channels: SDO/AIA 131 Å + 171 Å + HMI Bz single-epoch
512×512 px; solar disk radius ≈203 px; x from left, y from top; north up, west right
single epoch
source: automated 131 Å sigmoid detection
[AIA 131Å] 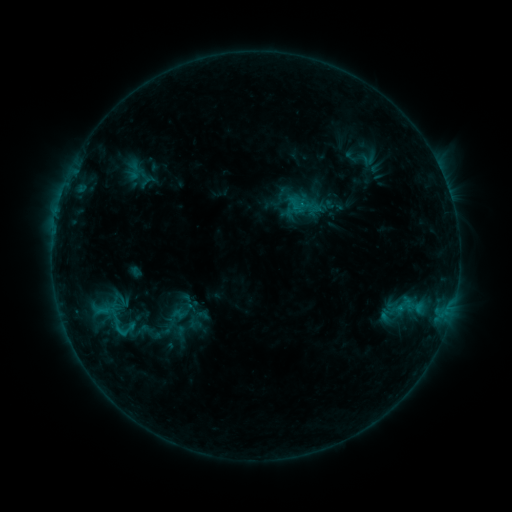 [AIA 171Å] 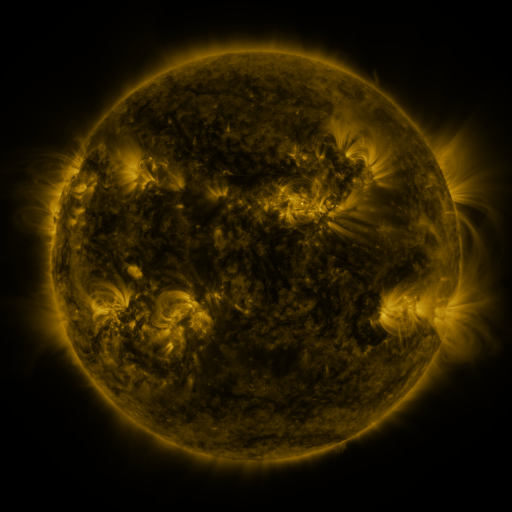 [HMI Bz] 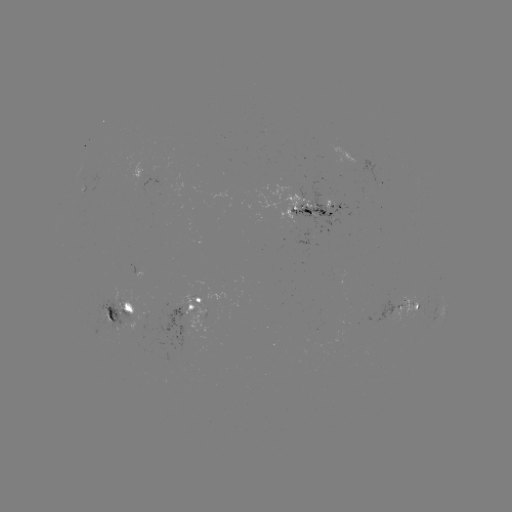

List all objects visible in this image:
sigmoid: [350, 146, 386, 171]
sigmoid: [106, 318, 142, 341]
